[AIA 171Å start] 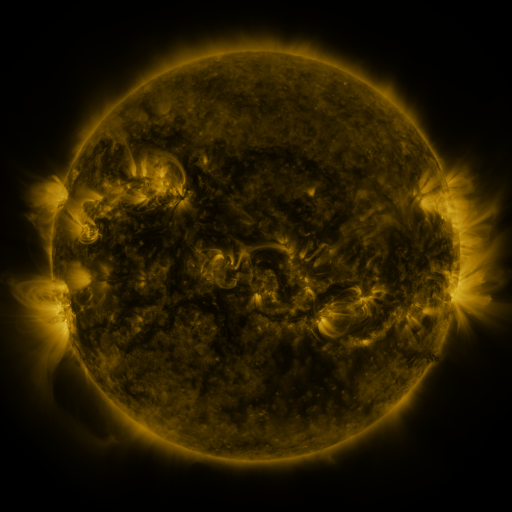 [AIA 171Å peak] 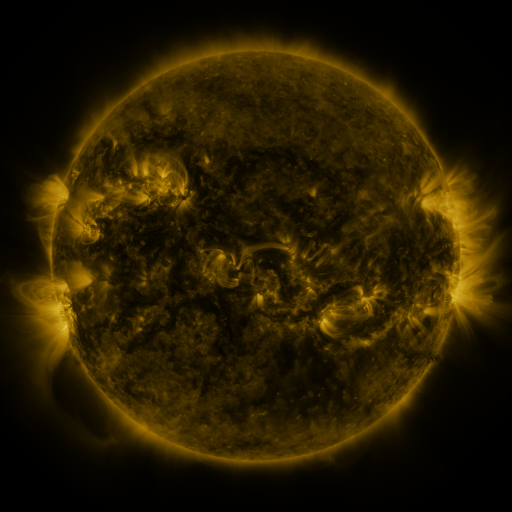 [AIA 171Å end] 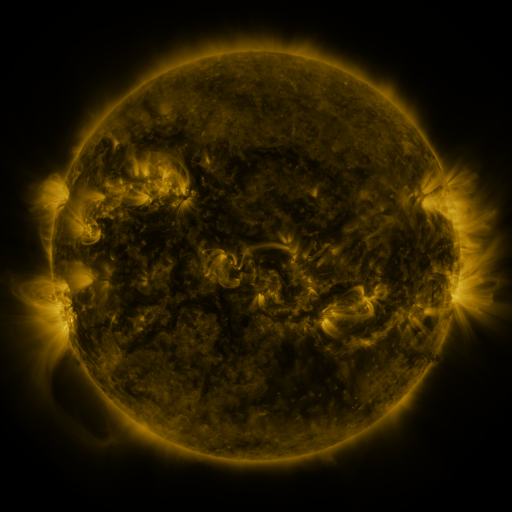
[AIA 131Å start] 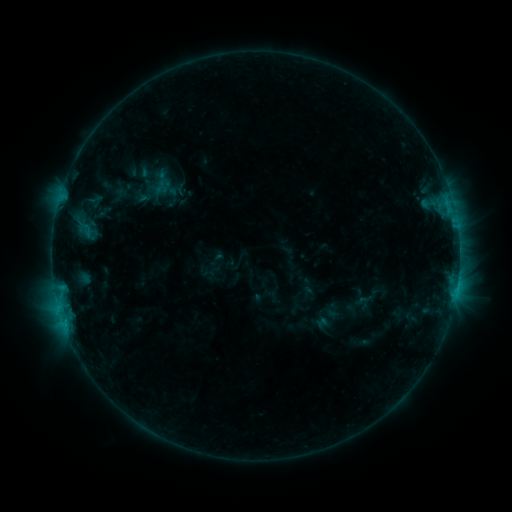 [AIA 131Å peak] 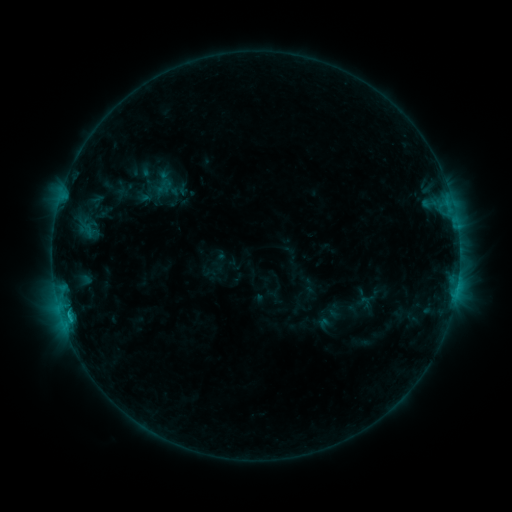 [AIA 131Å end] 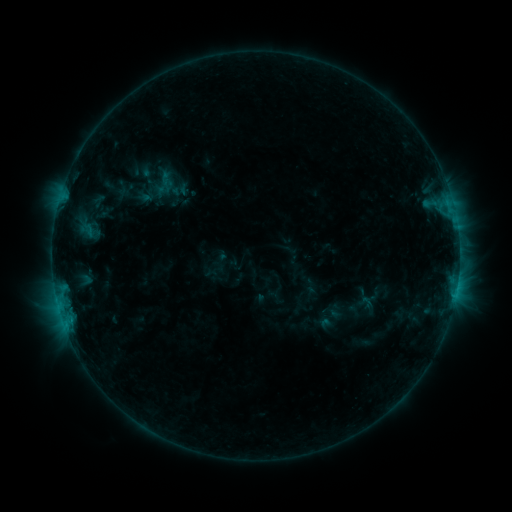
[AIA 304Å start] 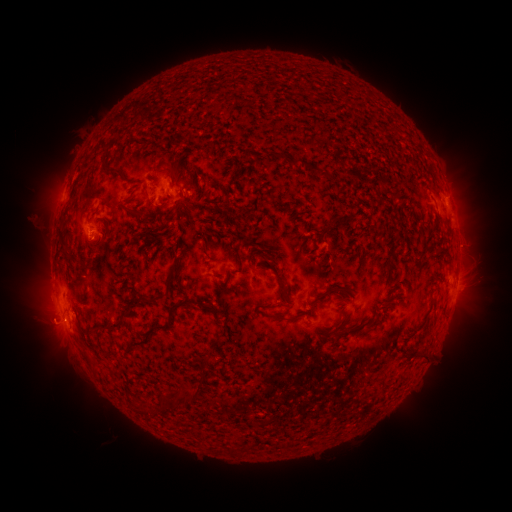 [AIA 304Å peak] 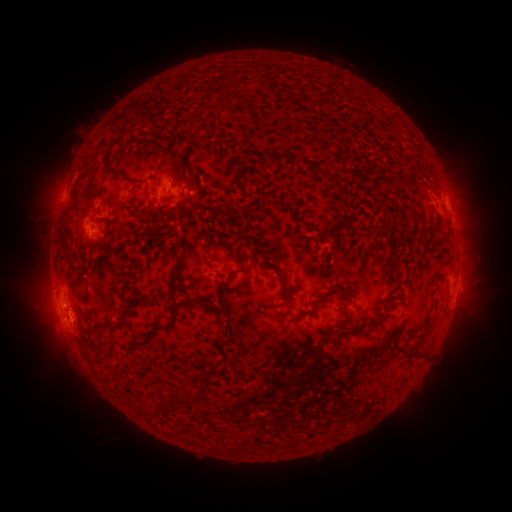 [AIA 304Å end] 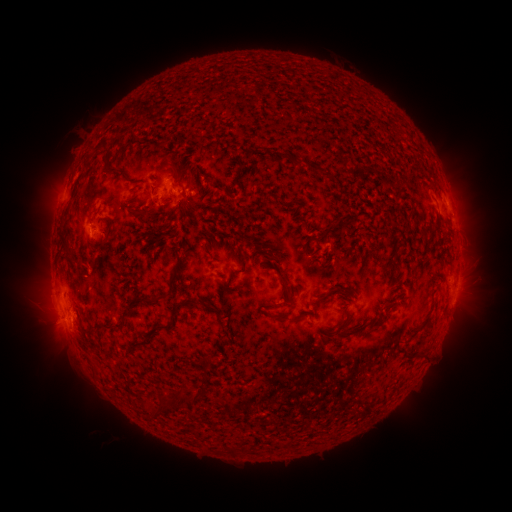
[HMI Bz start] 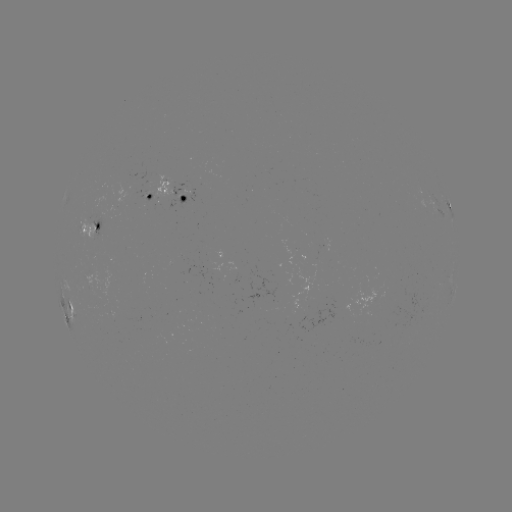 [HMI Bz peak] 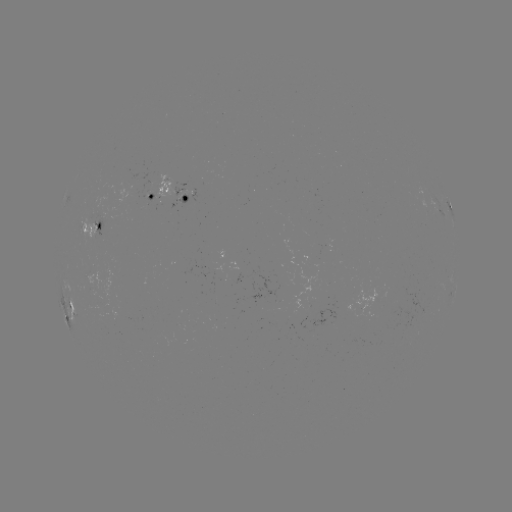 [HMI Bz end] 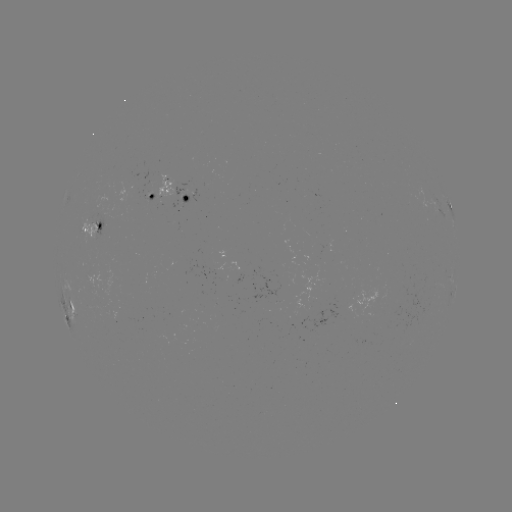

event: emerging-flux region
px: (89, 223)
